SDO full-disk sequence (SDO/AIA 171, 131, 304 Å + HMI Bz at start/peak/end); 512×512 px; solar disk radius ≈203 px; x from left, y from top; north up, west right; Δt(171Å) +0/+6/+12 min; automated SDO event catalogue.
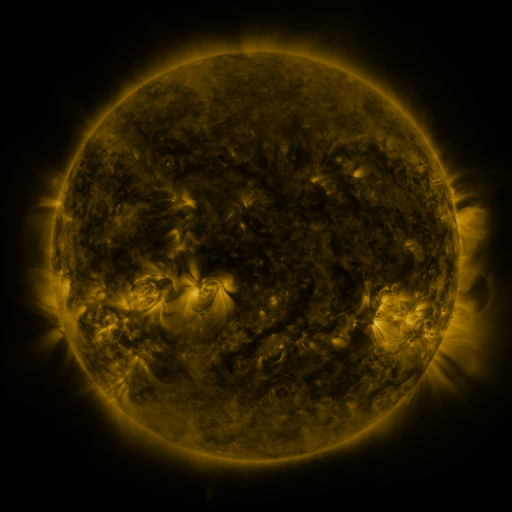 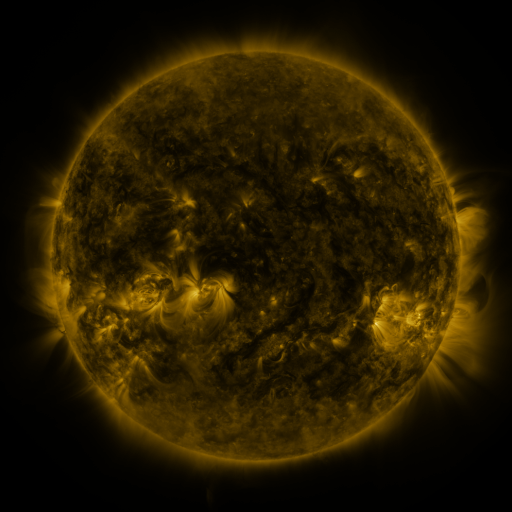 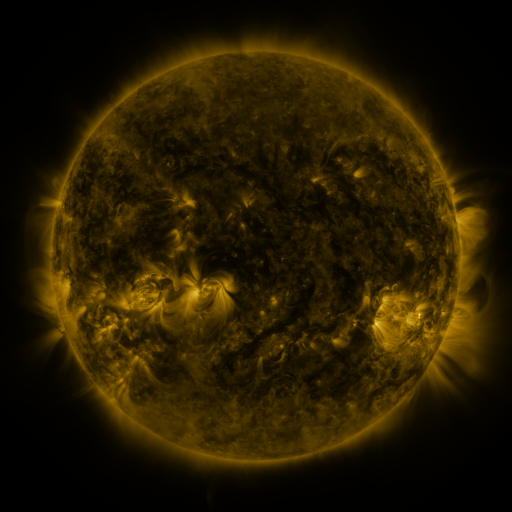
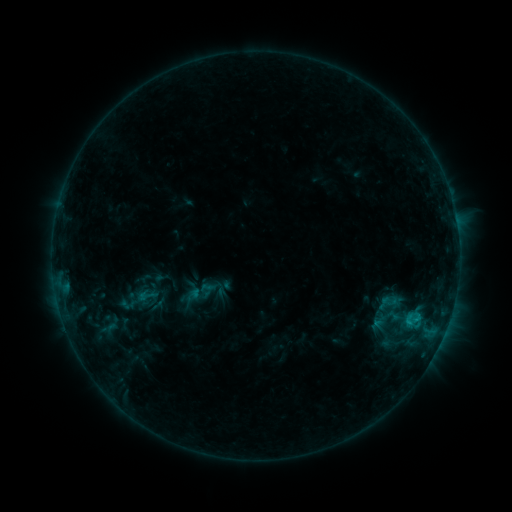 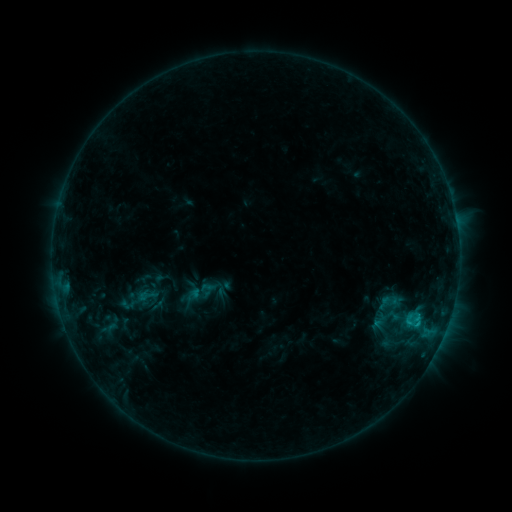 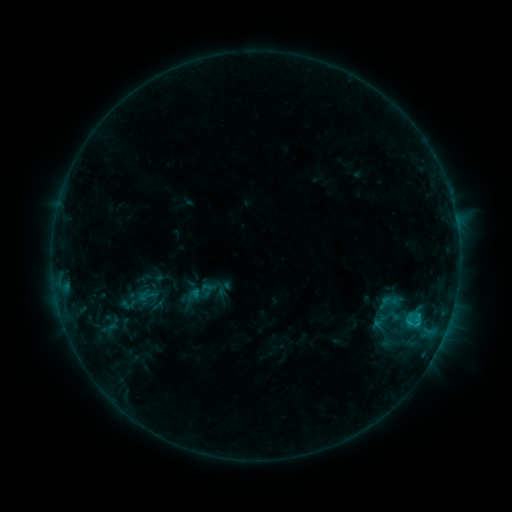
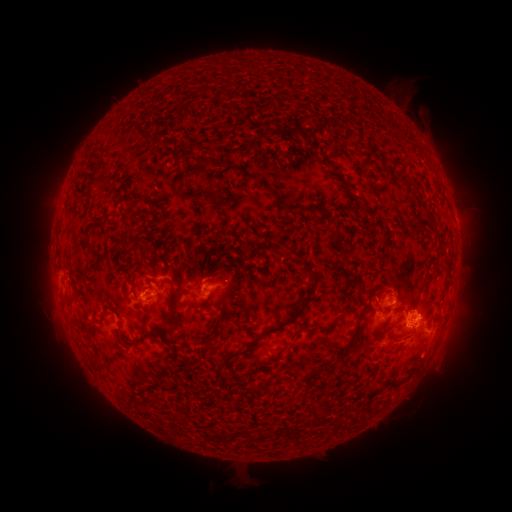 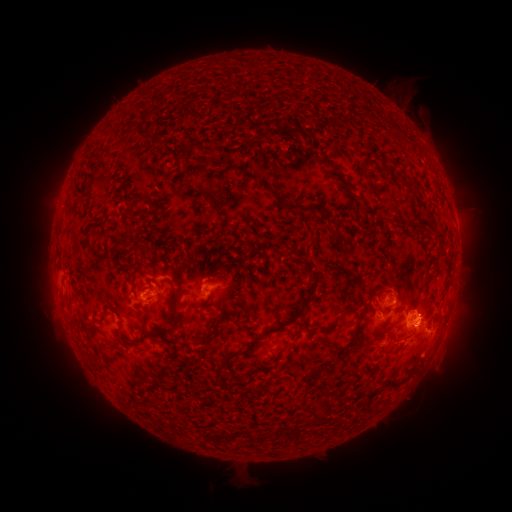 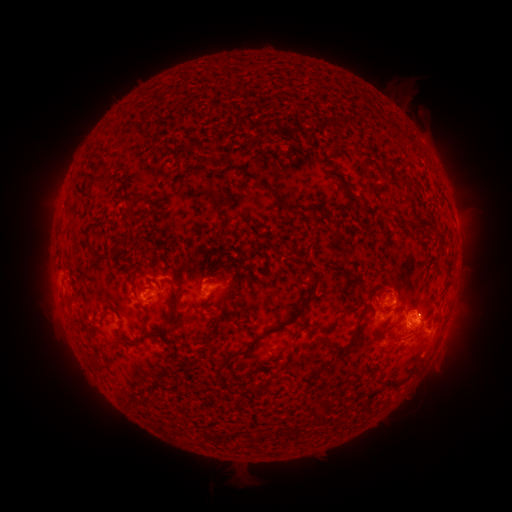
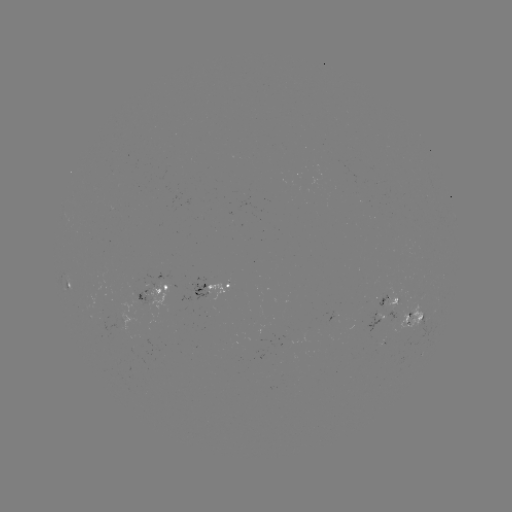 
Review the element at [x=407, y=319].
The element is C1.0 flare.